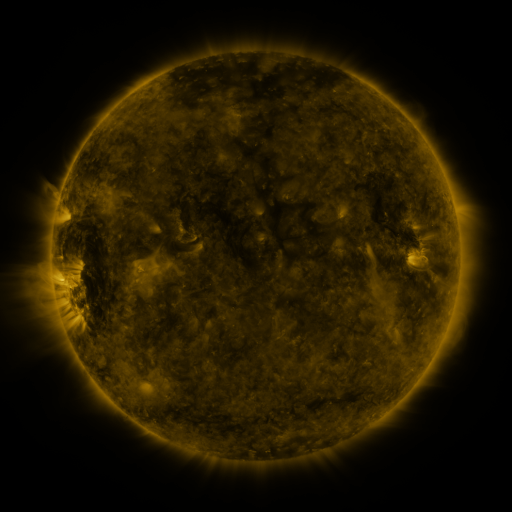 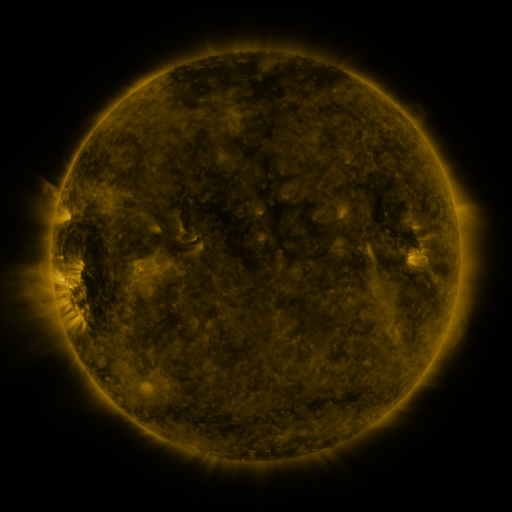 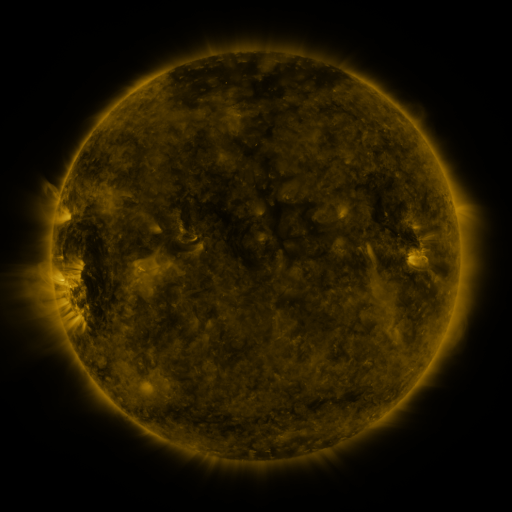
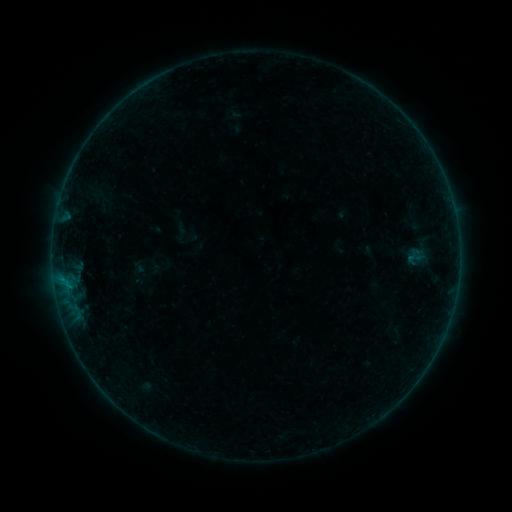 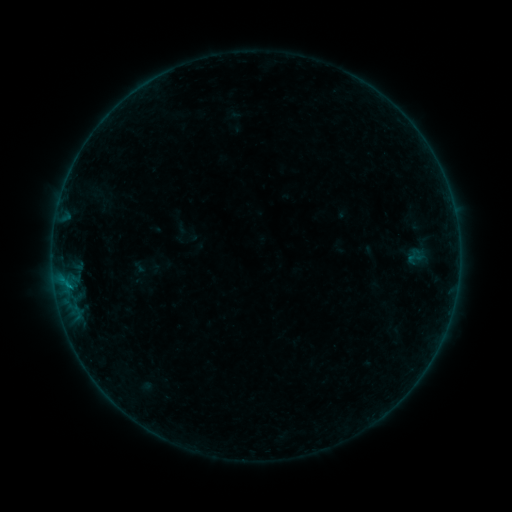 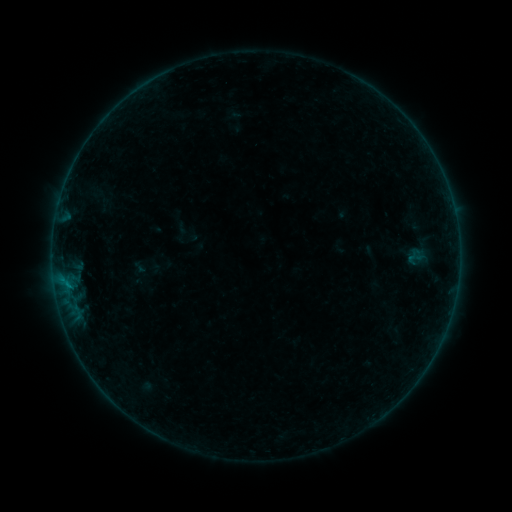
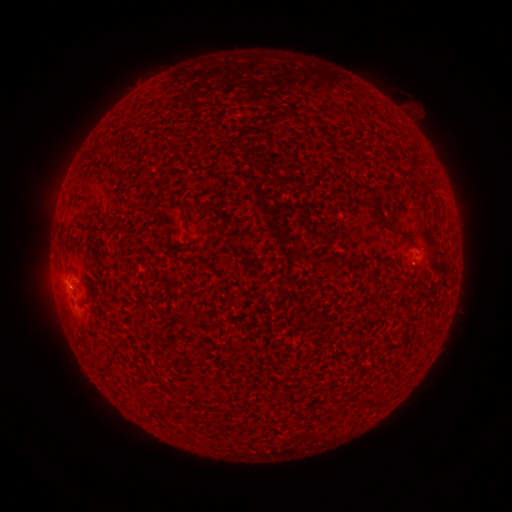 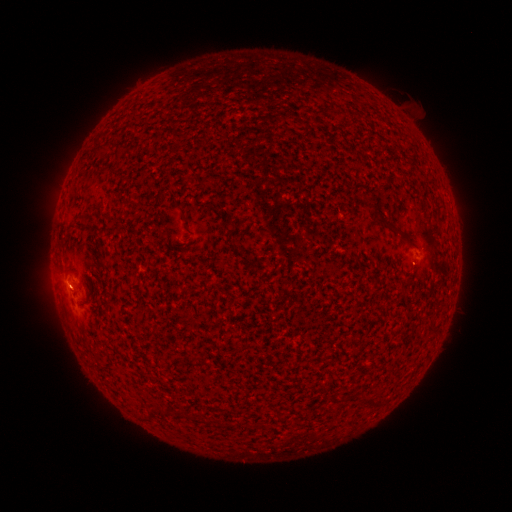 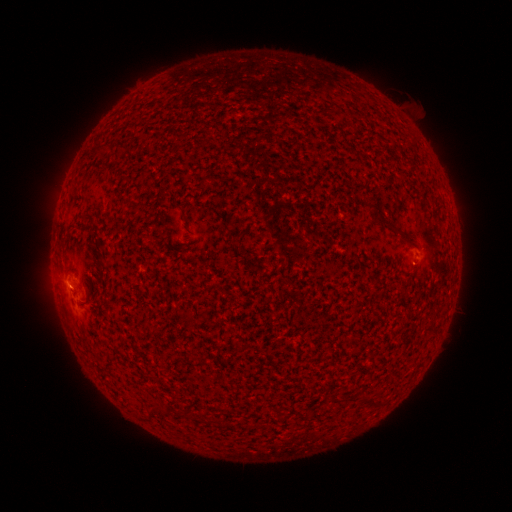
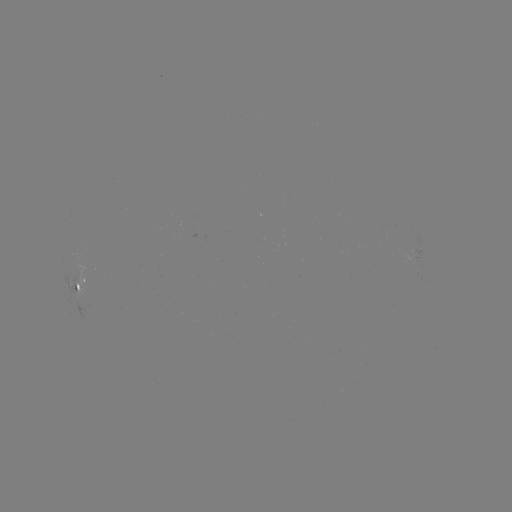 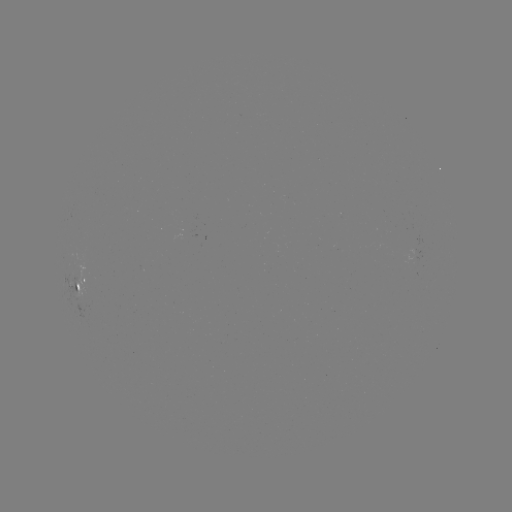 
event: flare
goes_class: B1.5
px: (68, 284)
